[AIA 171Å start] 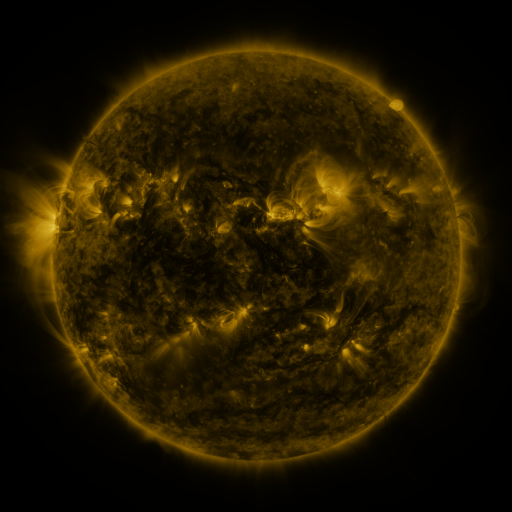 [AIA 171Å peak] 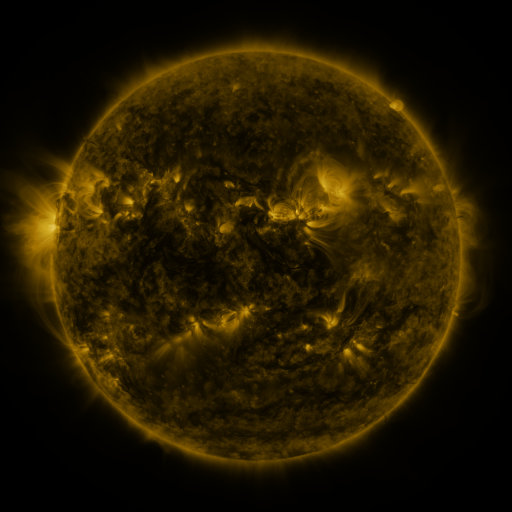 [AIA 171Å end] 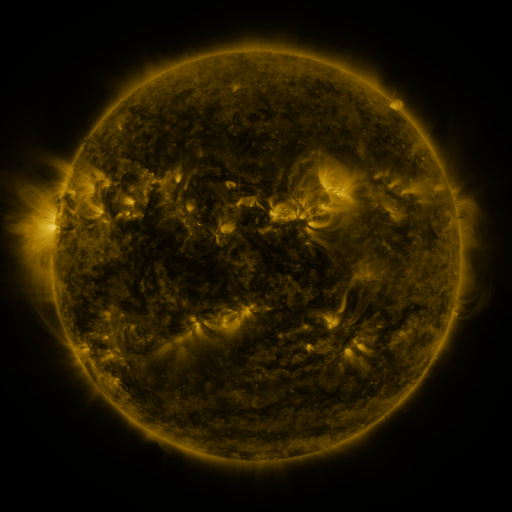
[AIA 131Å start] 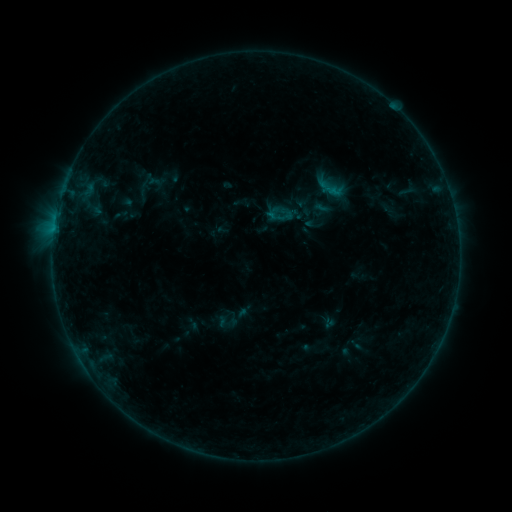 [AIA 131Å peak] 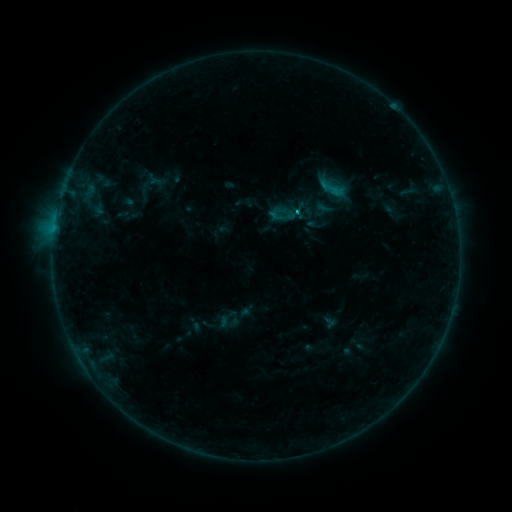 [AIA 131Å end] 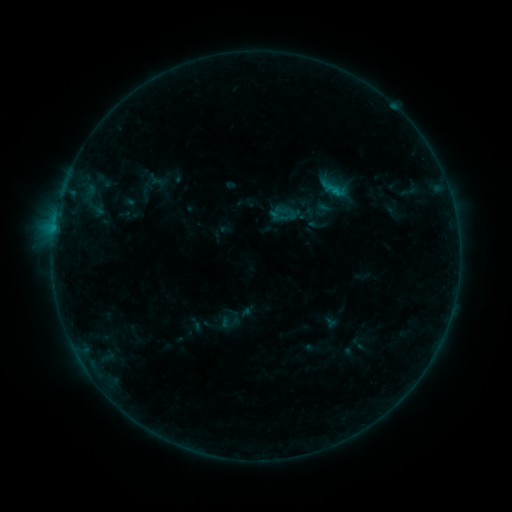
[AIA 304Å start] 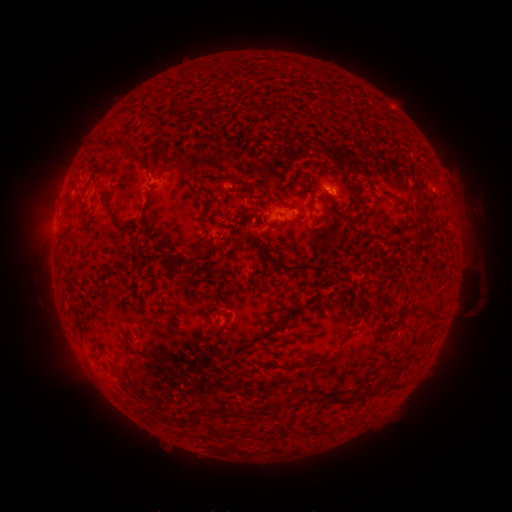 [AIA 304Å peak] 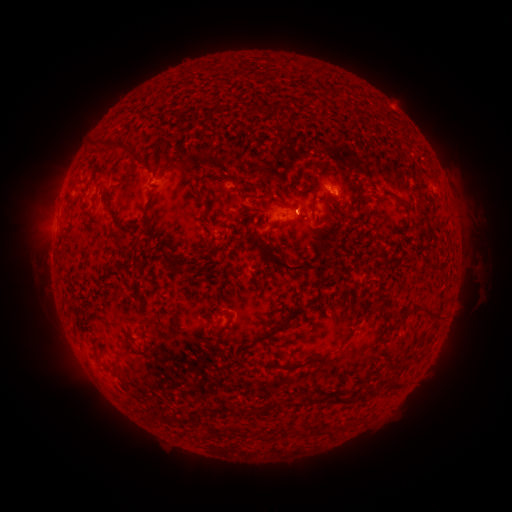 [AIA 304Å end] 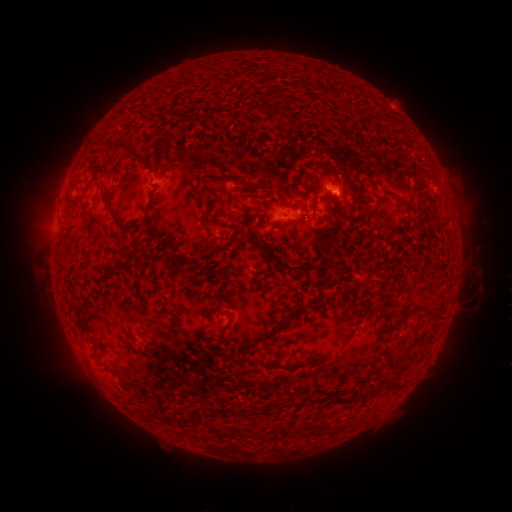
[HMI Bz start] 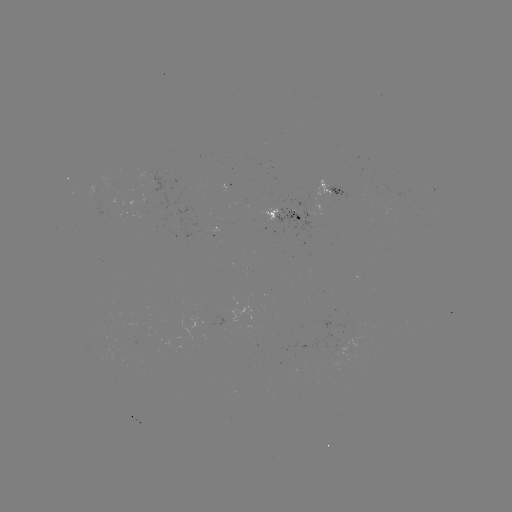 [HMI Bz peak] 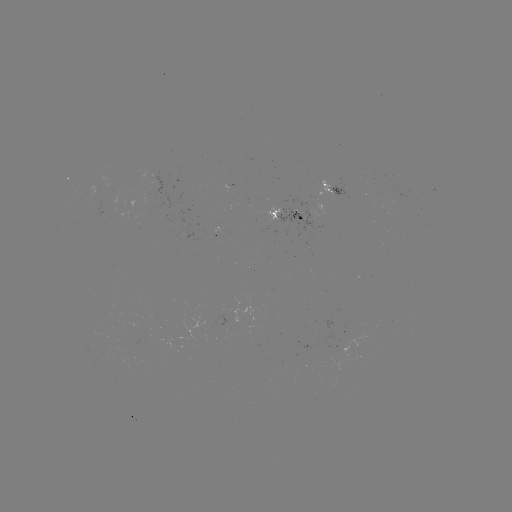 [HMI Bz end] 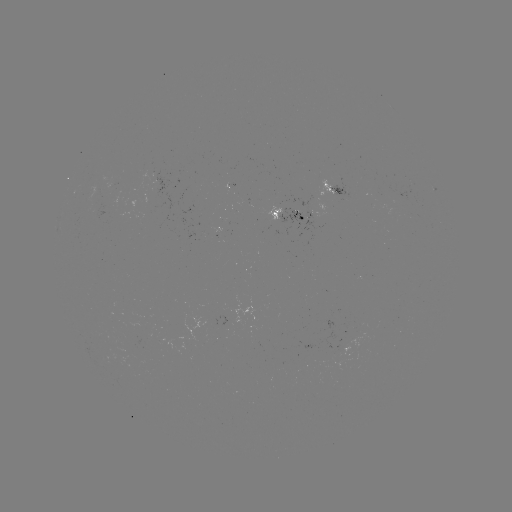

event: emerging-flux region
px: (159, 185)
